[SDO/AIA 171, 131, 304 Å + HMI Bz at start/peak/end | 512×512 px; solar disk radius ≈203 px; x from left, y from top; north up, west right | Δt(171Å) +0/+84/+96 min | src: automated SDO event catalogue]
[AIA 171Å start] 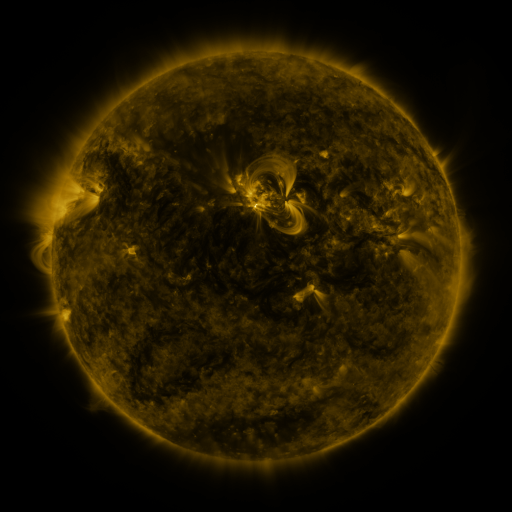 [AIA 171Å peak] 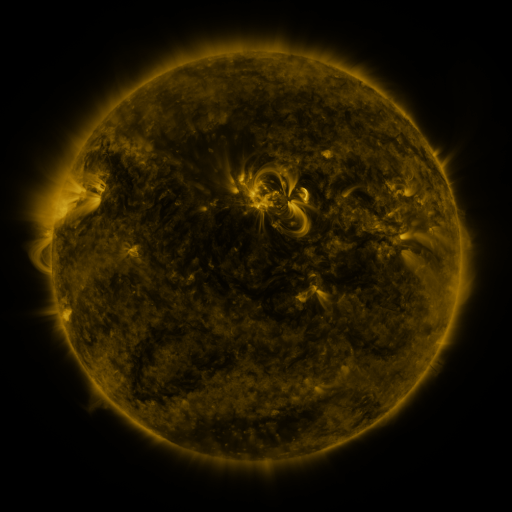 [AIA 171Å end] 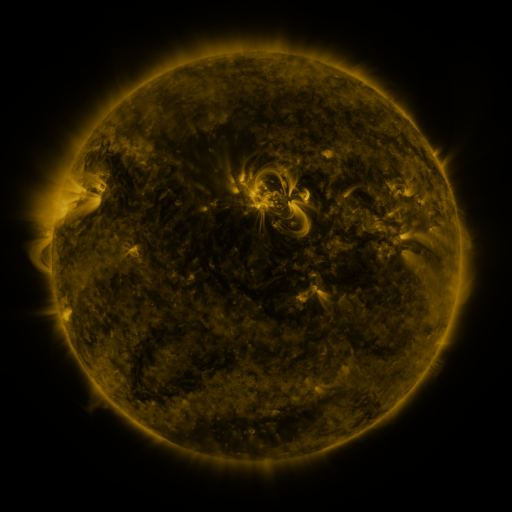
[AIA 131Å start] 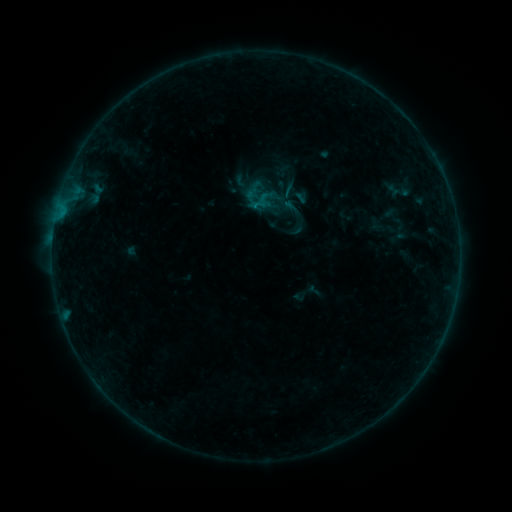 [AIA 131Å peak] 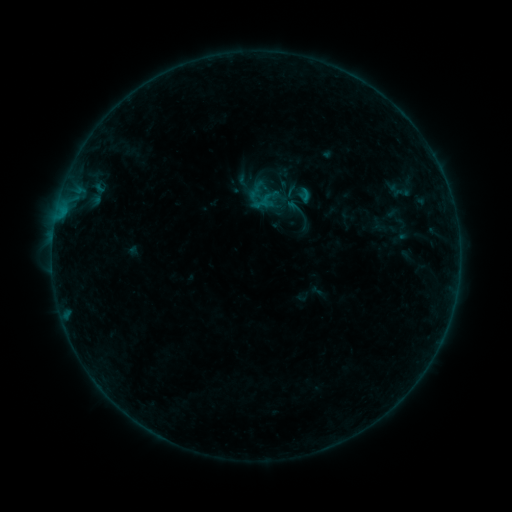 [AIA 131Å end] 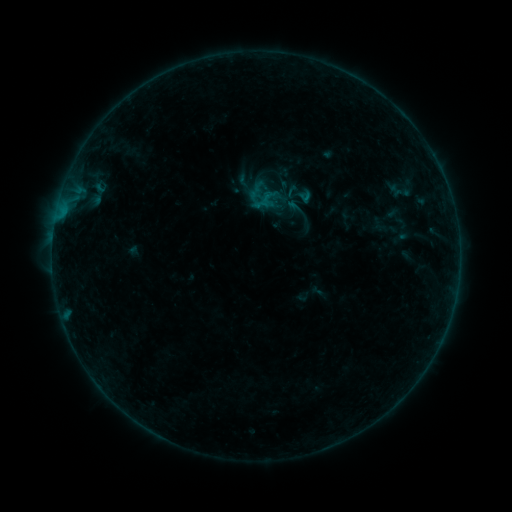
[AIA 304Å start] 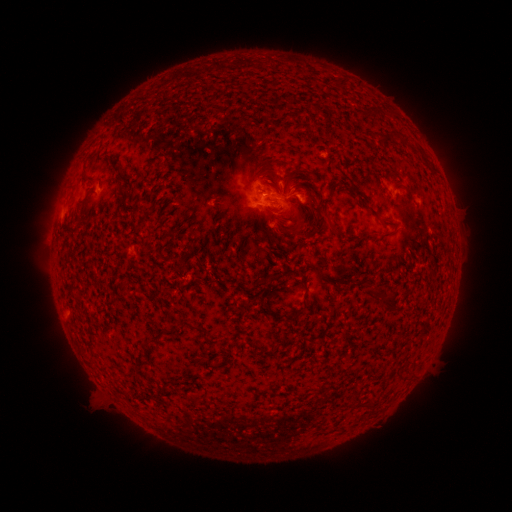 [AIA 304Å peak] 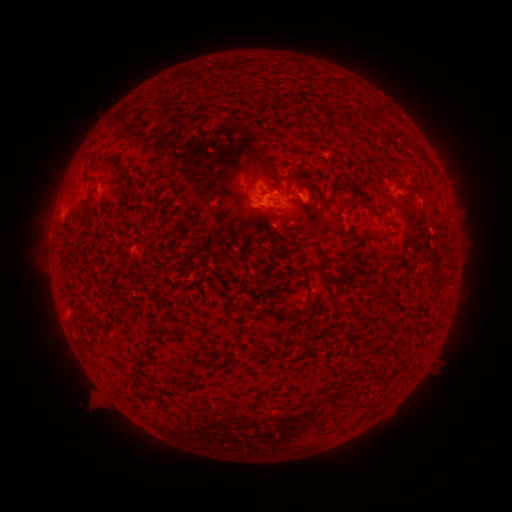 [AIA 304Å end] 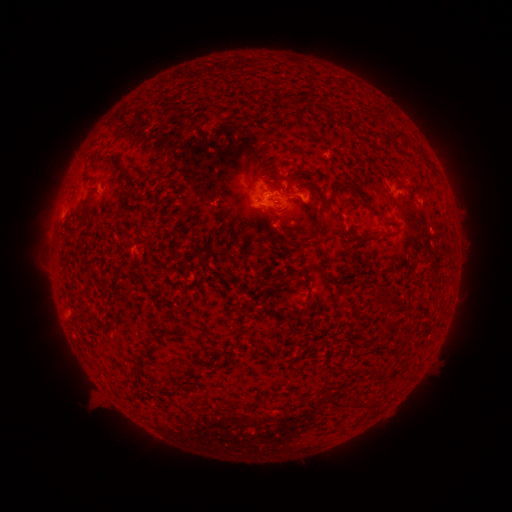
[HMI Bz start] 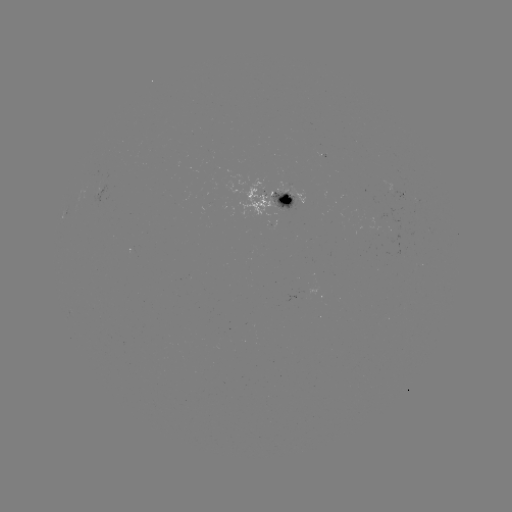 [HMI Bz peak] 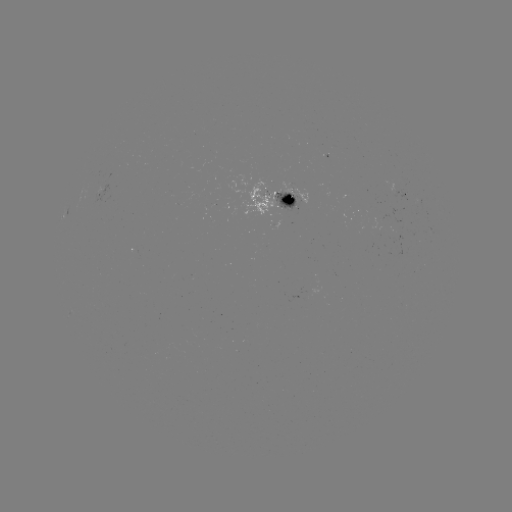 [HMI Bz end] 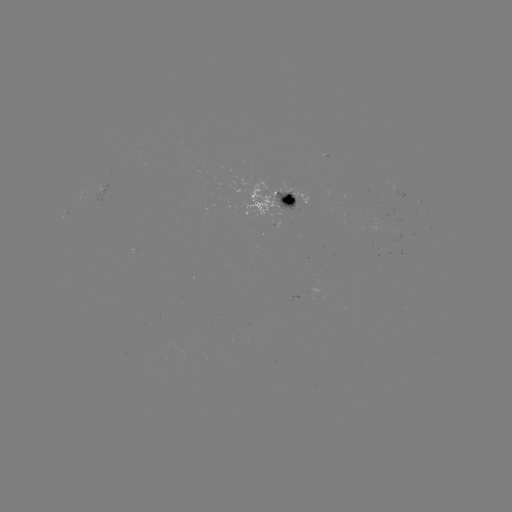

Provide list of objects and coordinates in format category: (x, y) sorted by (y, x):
emerging-flux region: (282, 206)
